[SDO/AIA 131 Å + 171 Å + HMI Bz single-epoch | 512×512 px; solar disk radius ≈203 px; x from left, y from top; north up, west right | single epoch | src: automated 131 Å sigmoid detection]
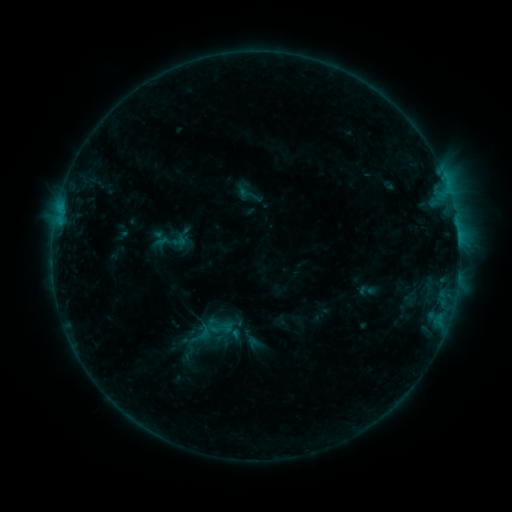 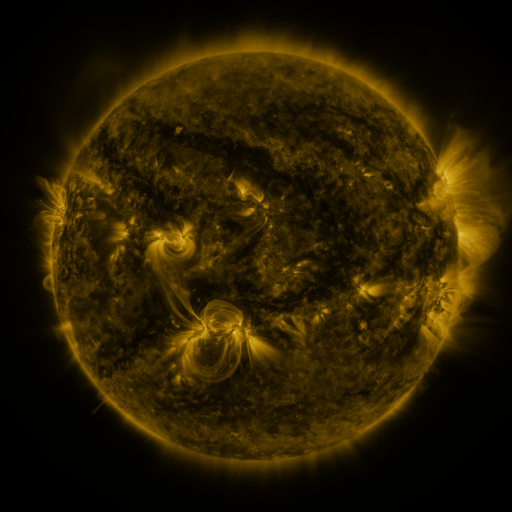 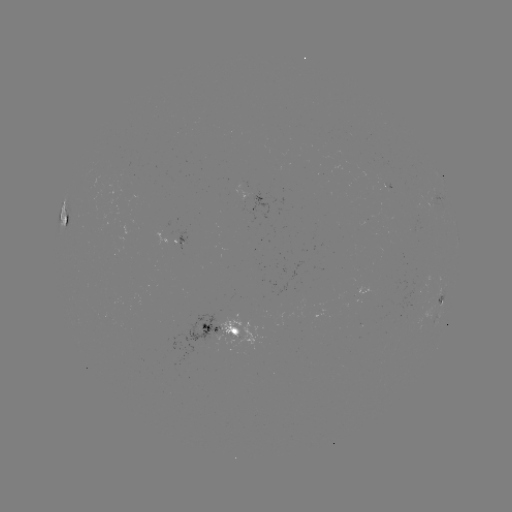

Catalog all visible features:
sigmoid: [359, 281, 376, 299]
sigmoid: [202, 312, 235, 341]
sigmoid: [184, 320, 217, 347]
